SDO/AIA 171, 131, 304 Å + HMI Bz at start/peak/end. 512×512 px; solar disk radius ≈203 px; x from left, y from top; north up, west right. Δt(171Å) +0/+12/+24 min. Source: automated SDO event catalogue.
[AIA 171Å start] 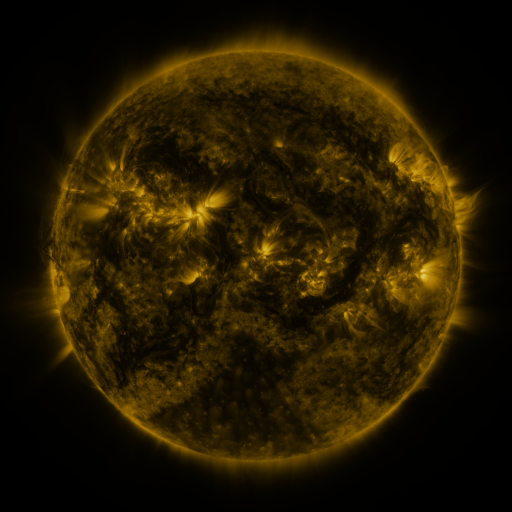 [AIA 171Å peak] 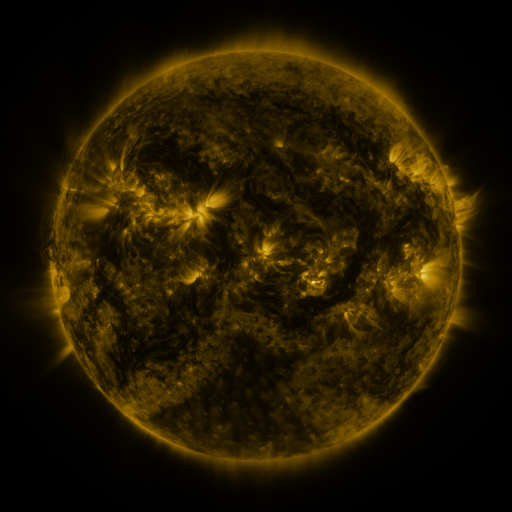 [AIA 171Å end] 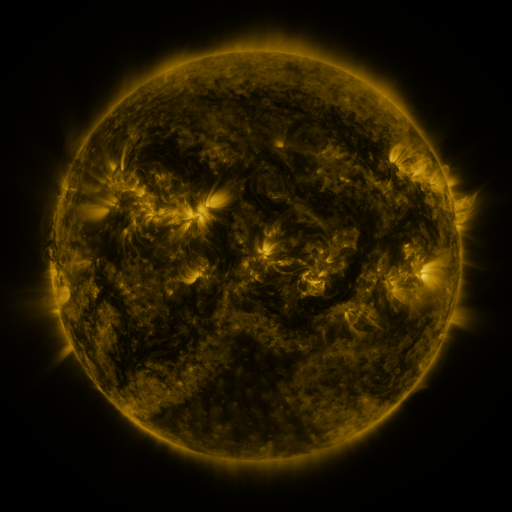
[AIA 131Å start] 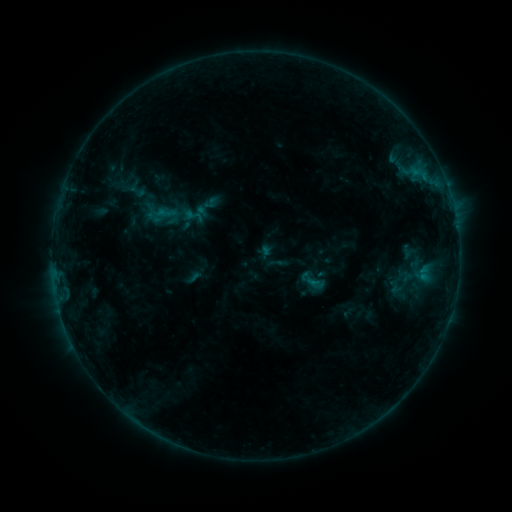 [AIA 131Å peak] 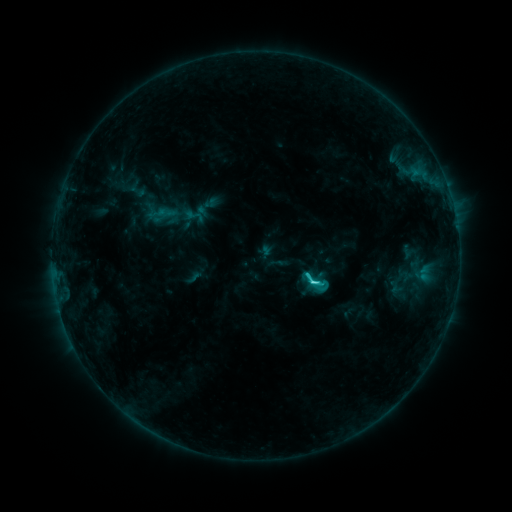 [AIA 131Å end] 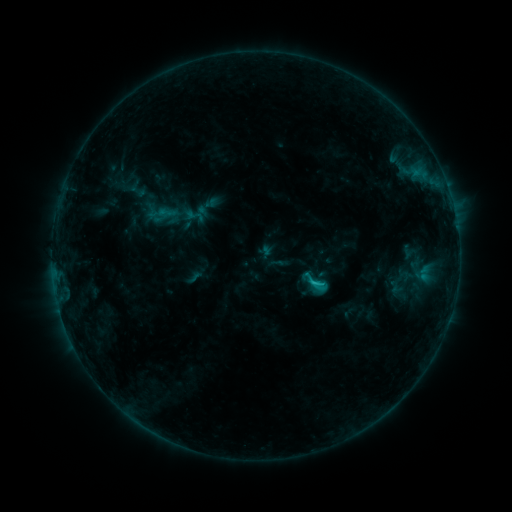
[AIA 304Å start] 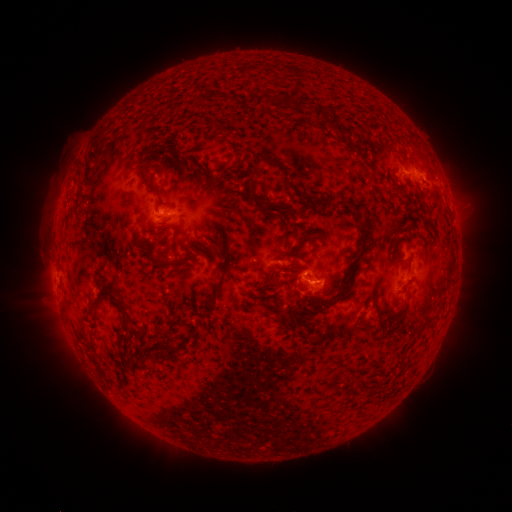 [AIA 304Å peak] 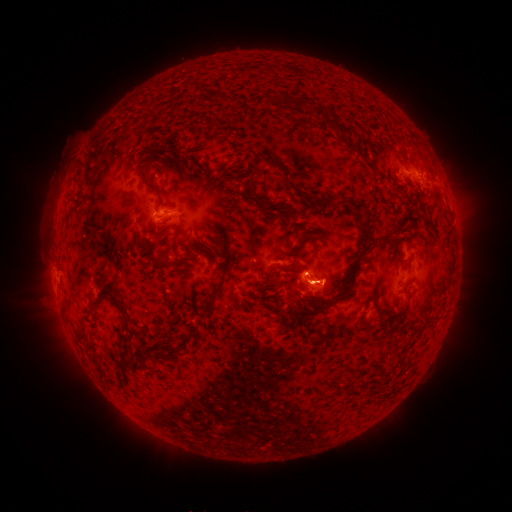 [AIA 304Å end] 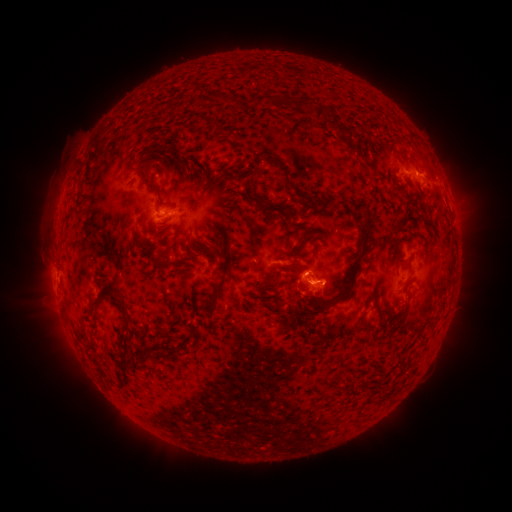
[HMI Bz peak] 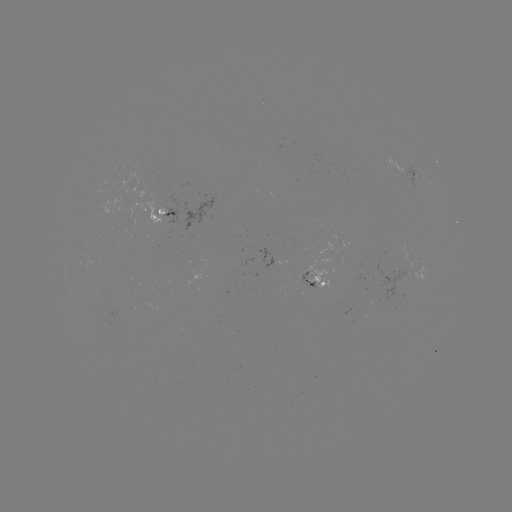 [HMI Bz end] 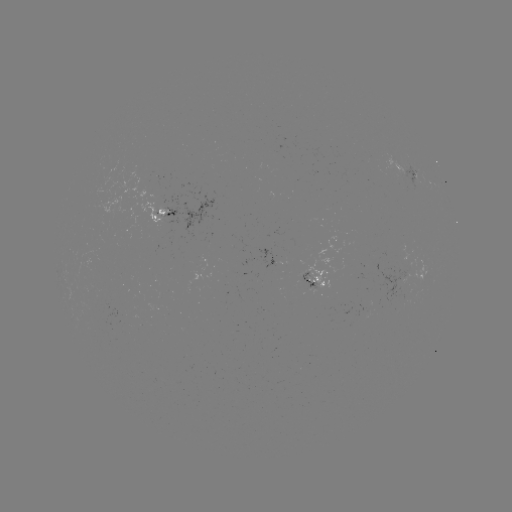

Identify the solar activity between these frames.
C2.5 flare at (313, 281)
